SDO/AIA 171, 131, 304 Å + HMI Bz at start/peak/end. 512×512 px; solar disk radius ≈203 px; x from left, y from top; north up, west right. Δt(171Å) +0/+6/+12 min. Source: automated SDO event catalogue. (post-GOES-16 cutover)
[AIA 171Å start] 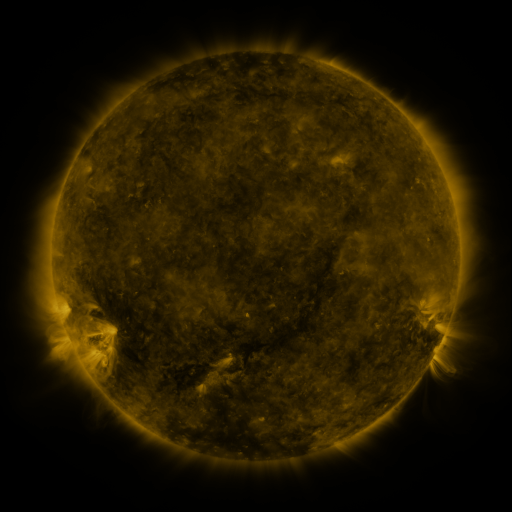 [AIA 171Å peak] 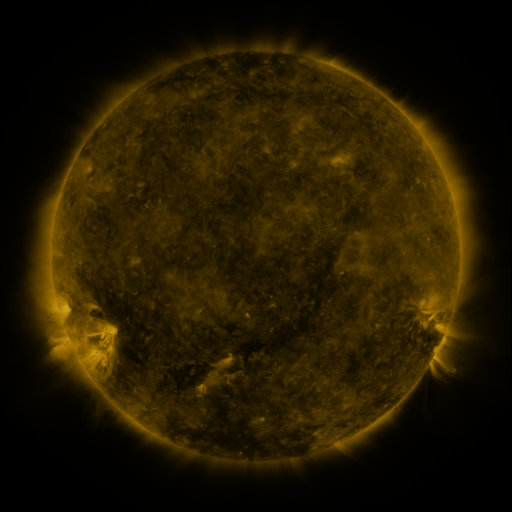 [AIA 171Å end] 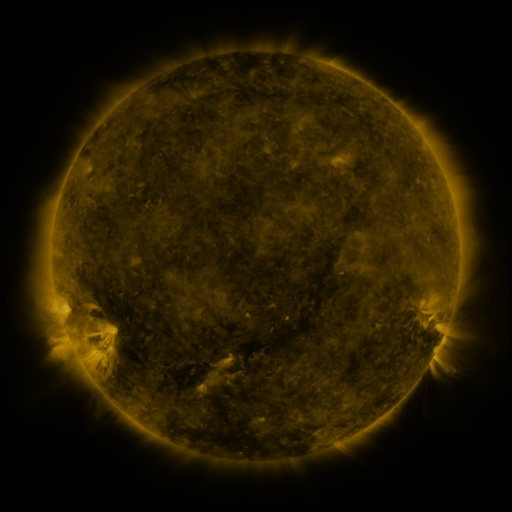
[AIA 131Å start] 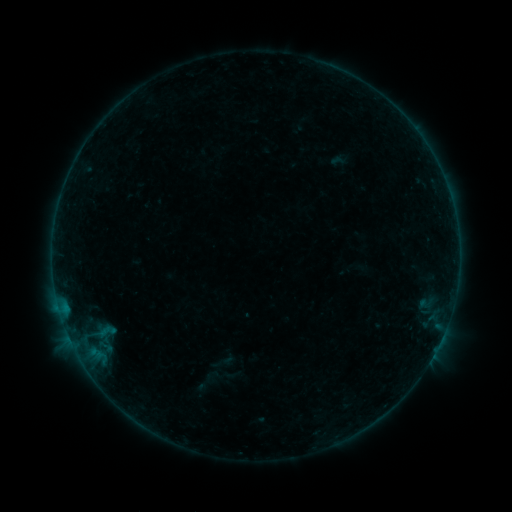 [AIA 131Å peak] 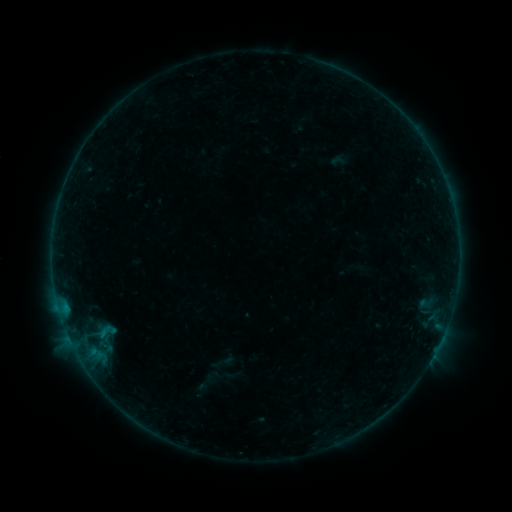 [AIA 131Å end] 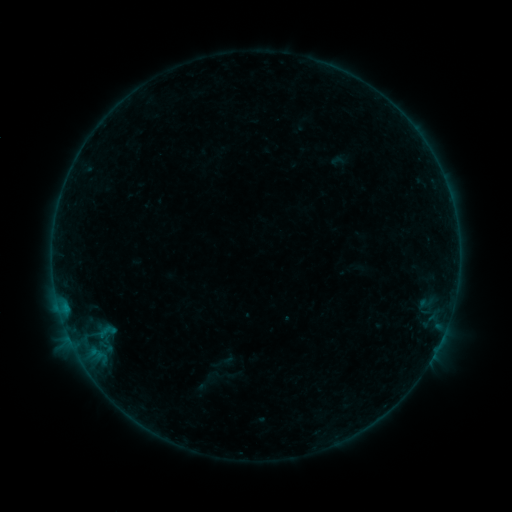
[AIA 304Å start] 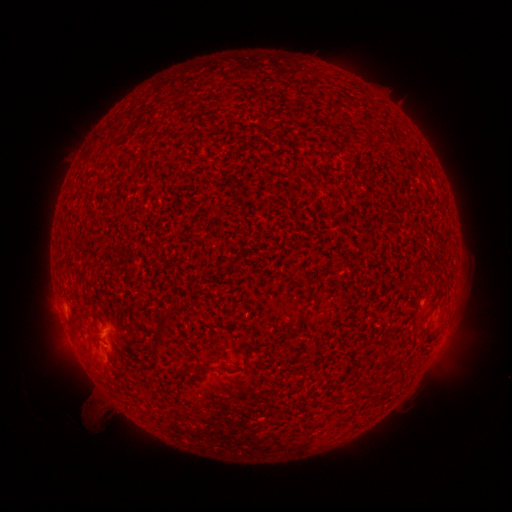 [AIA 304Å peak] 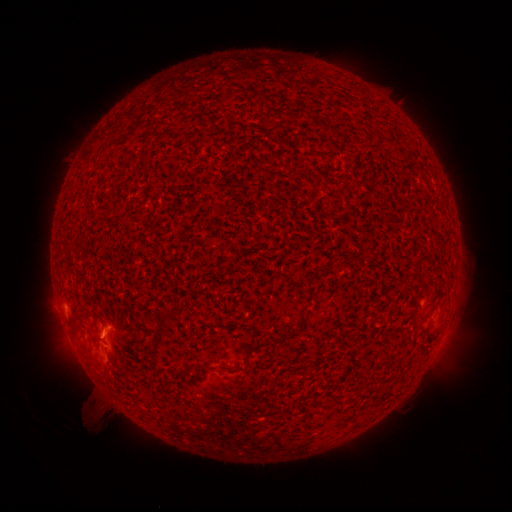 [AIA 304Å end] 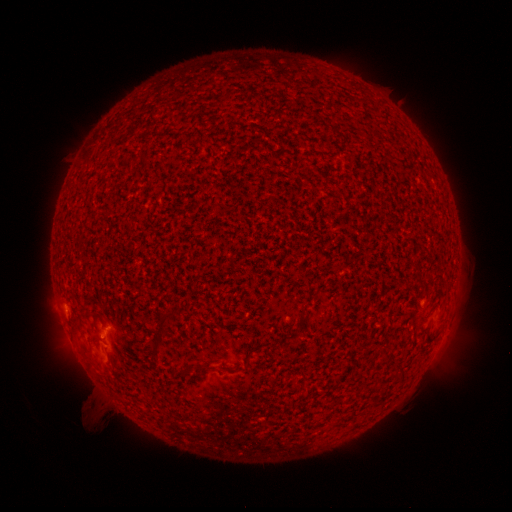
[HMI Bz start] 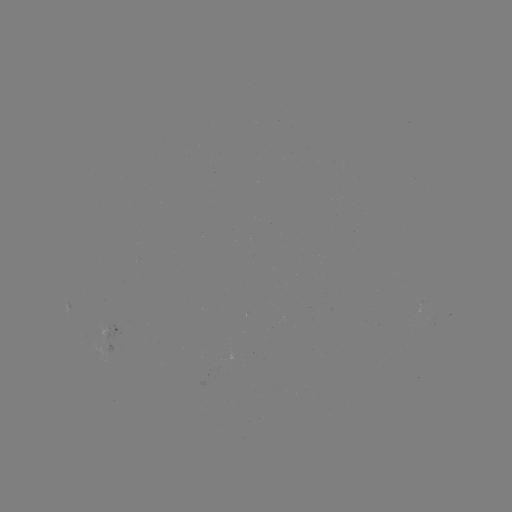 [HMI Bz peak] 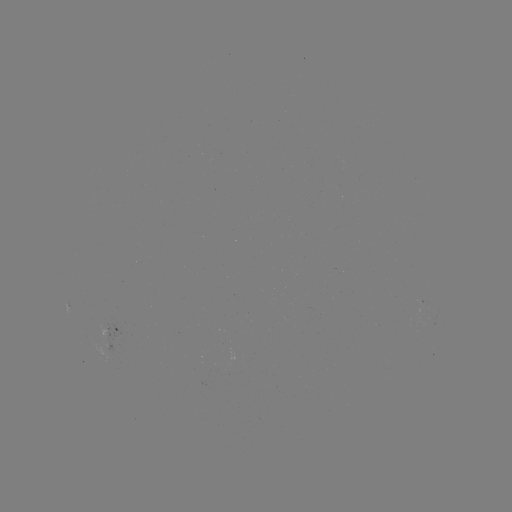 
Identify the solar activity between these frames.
B1.1 flare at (65, 304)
